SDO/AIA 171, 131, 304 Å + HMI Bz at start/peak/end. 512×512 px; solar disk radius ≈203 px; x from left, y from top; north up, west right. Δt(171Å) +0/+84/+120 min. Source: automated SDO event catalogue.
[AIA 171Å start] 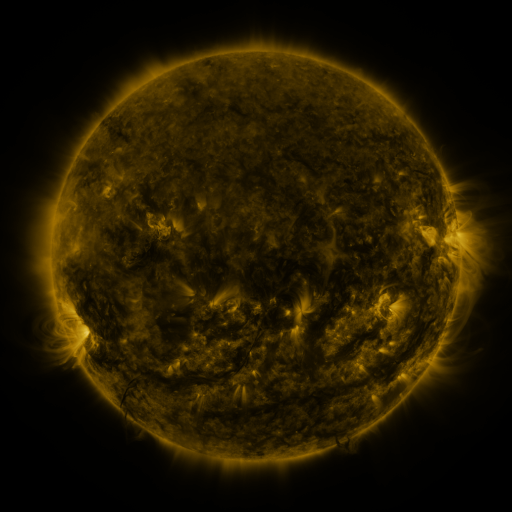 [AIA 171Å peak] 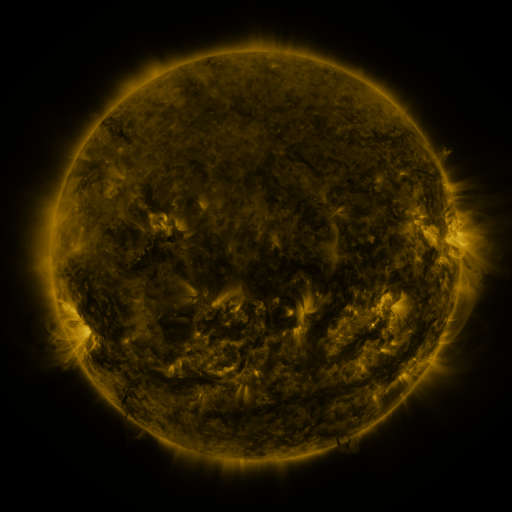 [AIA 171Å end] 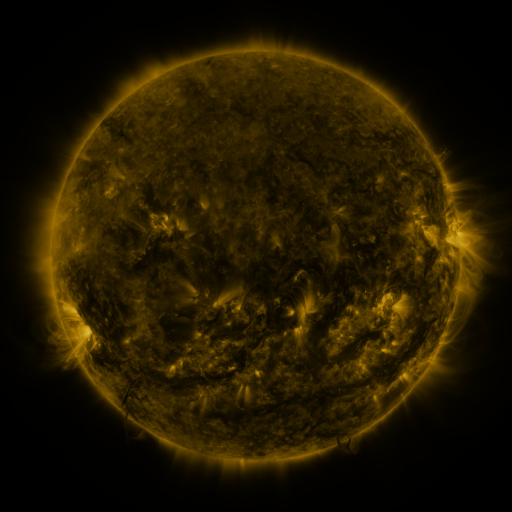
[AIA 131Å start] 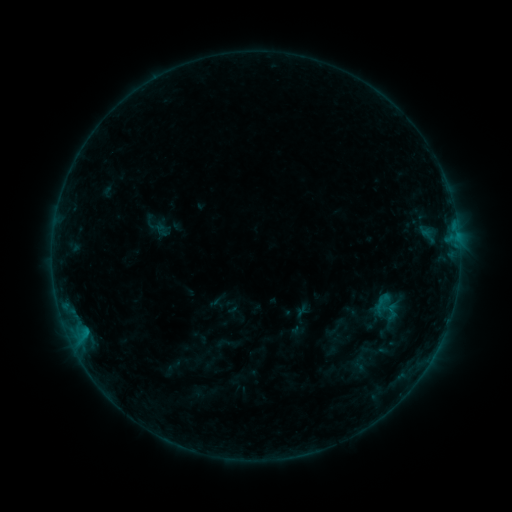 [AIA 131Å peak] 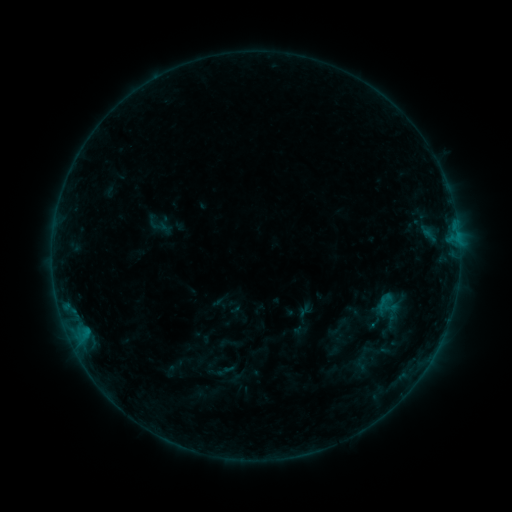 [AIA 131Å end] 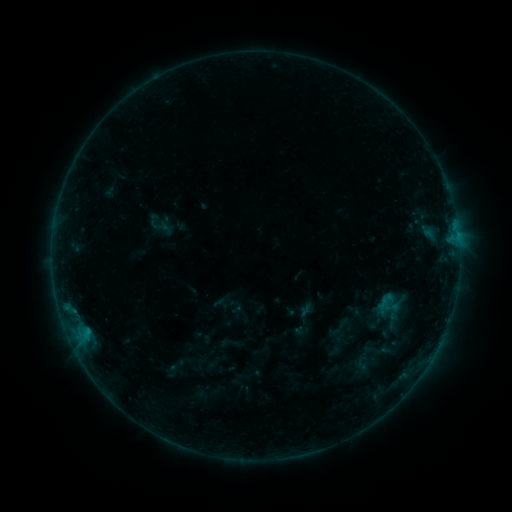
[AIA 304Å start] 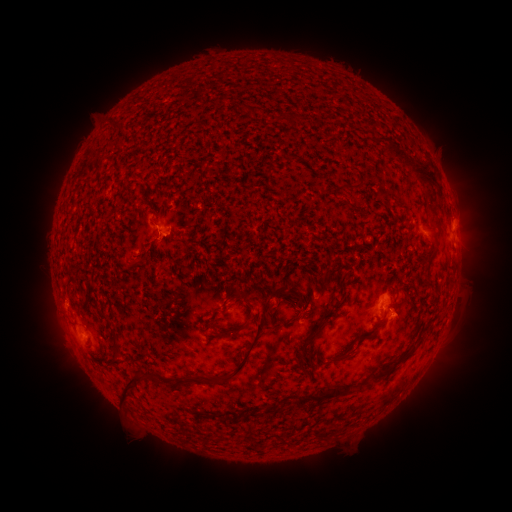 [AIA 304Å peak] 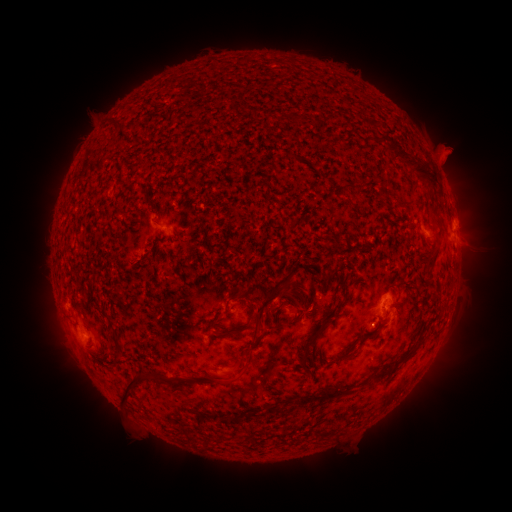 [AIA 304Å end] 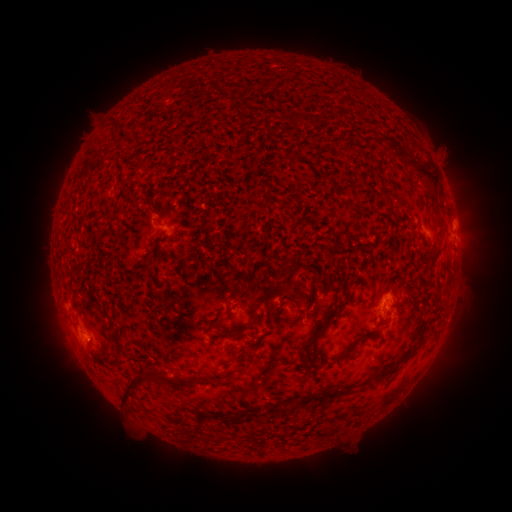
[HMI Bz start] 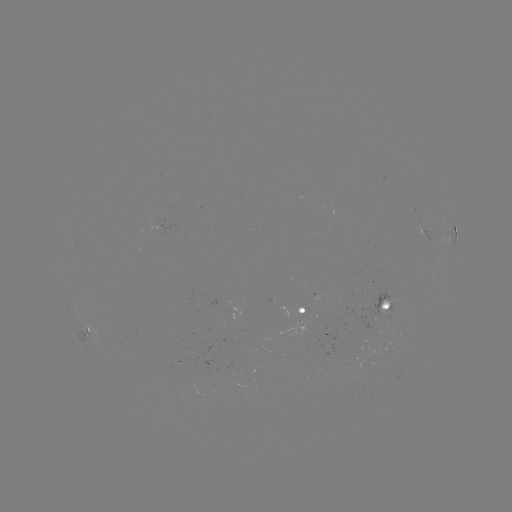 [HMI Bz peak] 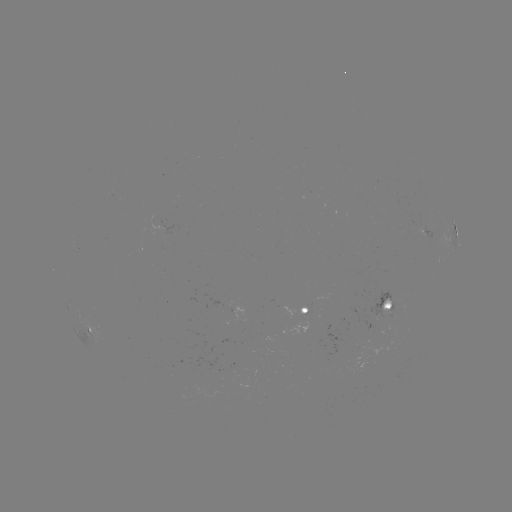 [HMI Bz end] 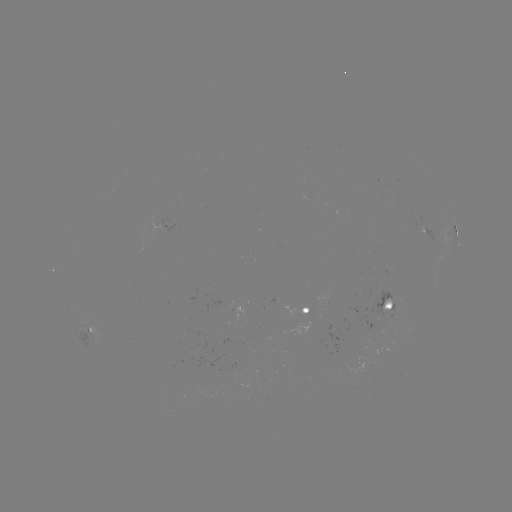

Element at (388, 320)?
emerging-flux region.